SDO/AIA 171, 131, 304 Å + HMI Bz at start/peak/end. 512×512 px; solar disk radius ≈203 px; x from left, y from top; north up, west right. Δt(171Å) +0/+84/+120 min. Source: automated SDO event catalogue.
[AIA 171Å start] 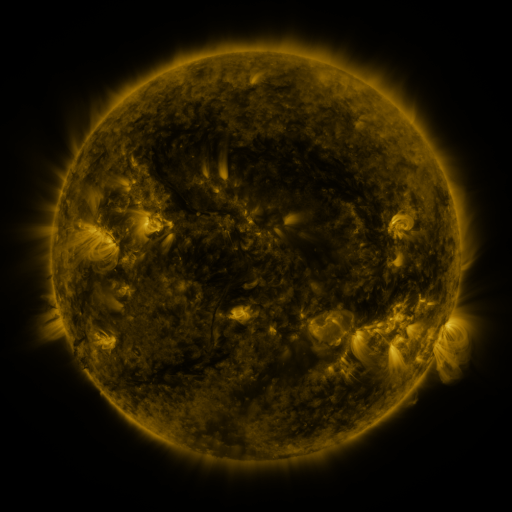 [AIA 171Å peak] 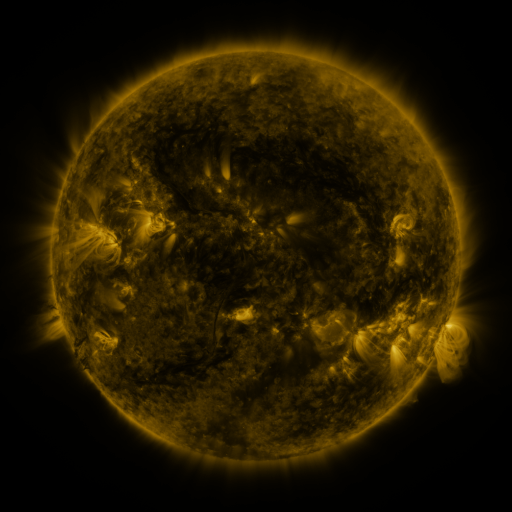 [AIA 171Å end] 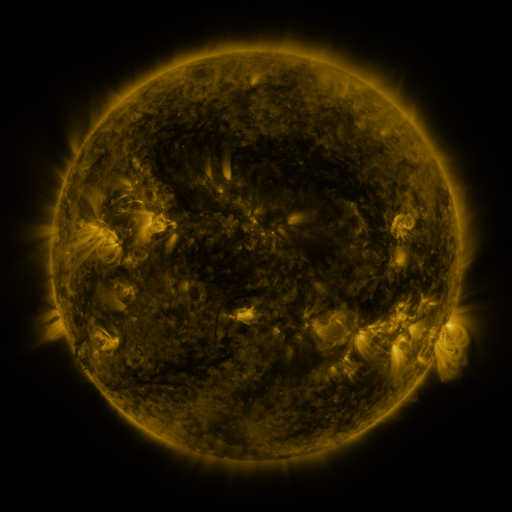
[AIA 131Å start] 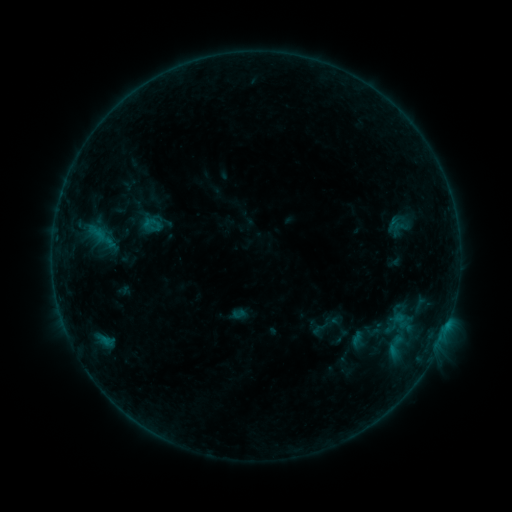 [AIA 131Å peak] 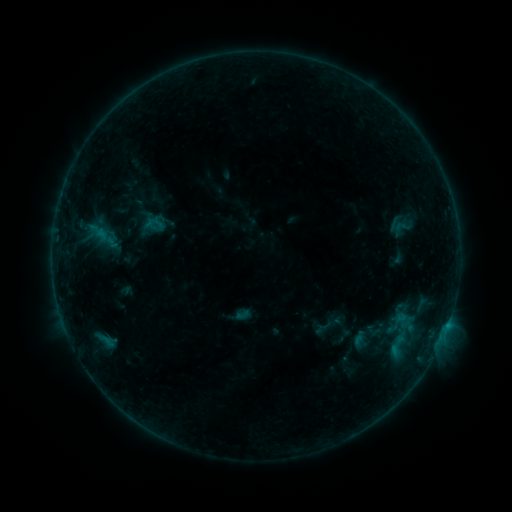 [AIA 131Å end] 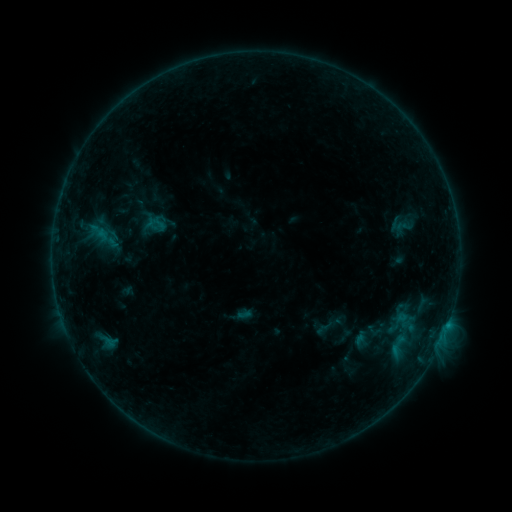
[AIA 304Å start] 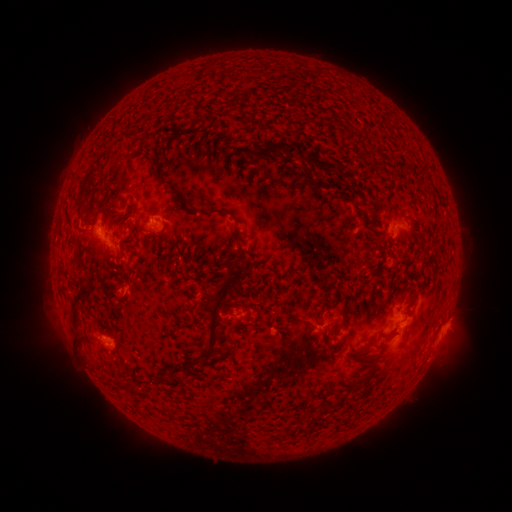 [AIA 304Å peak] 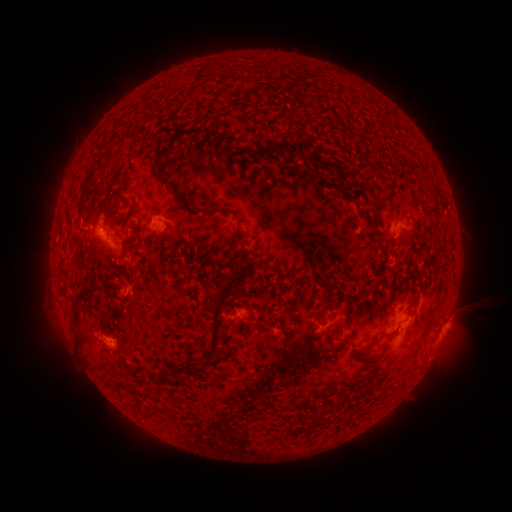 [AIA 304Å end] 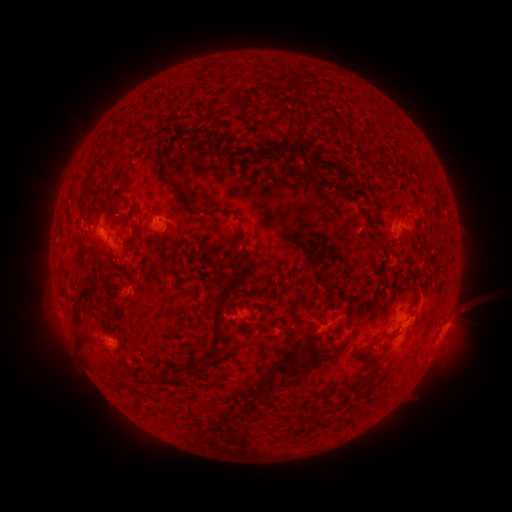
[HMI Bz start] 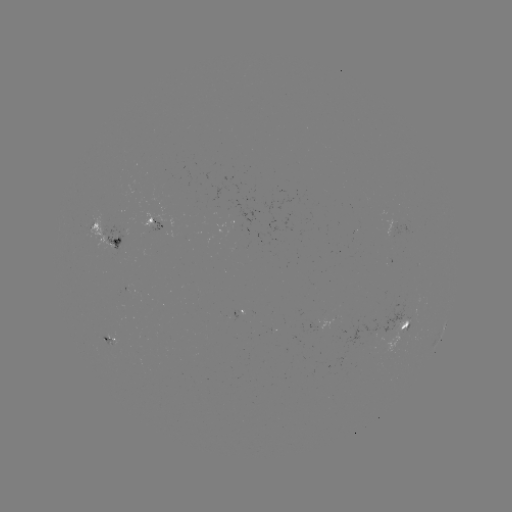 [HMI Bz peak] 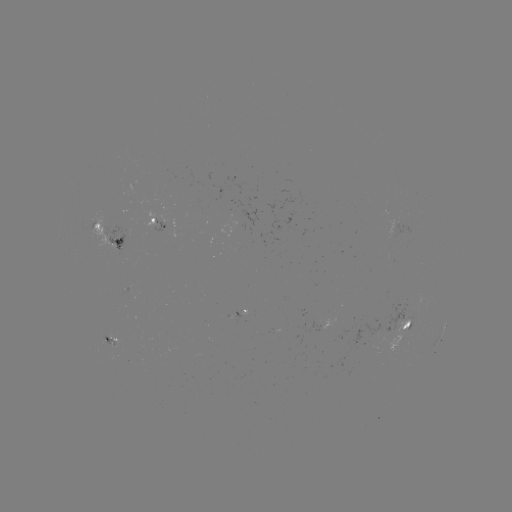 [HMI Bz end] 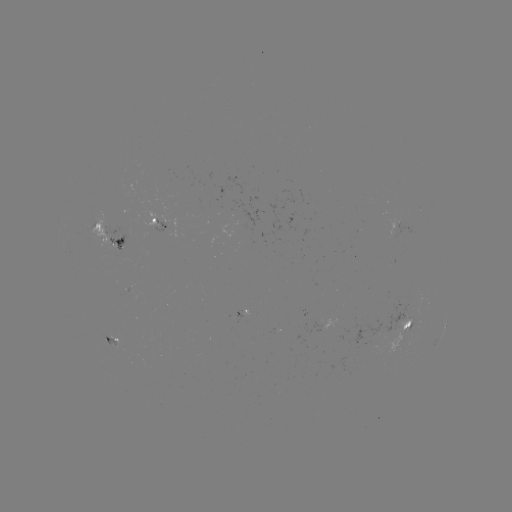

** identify emerging-flux region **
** (386, 292) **